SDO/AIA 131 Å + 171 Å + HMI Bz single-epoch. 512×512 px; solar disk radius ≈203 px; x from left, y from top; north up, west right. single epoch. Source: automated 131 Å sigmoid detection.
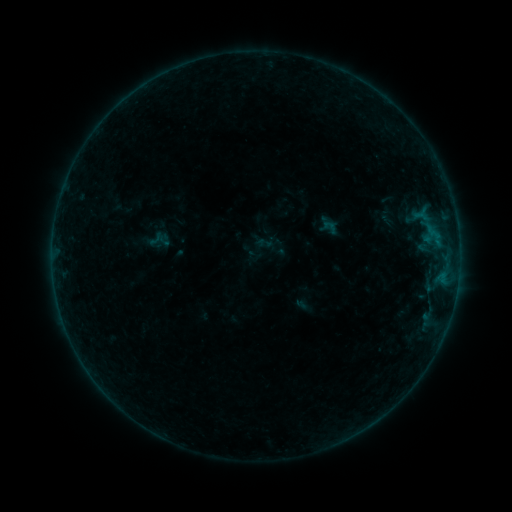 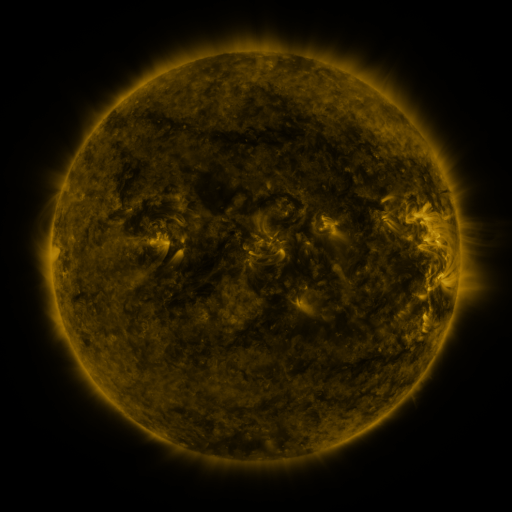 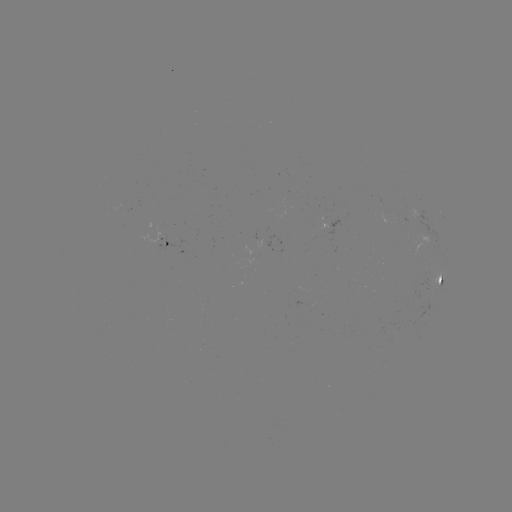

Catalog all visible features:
sigmoid: (321, 218, 339, 235)
